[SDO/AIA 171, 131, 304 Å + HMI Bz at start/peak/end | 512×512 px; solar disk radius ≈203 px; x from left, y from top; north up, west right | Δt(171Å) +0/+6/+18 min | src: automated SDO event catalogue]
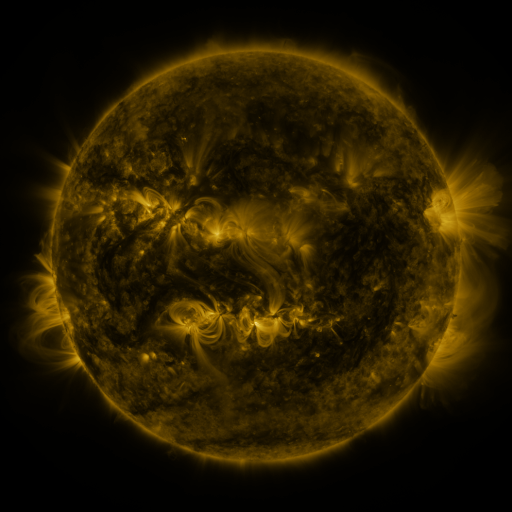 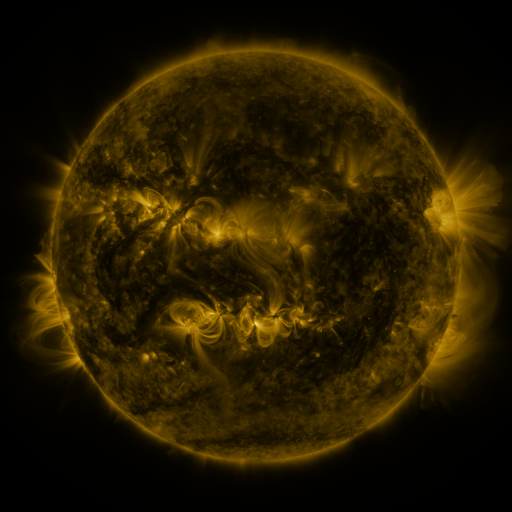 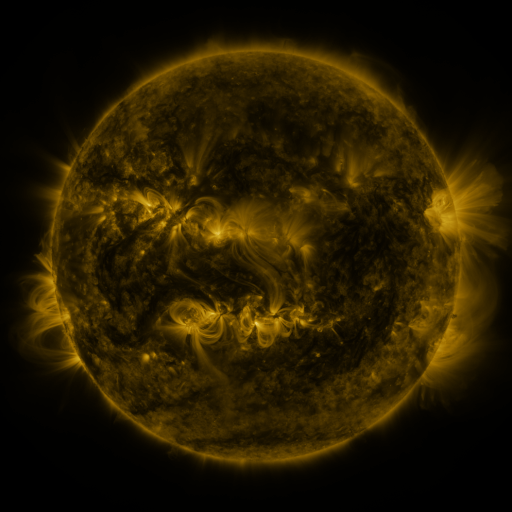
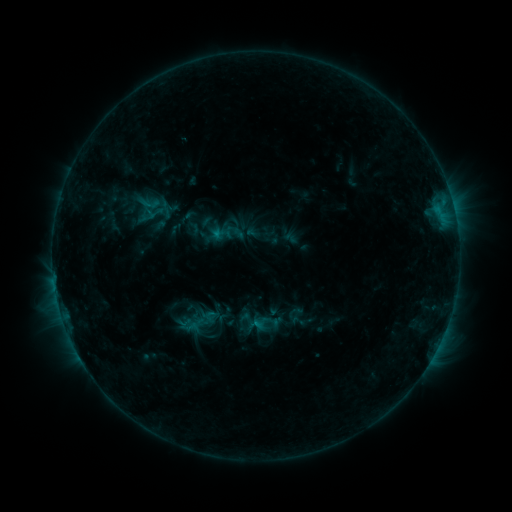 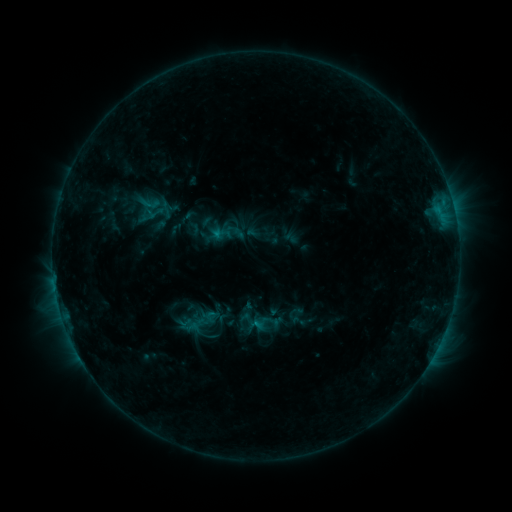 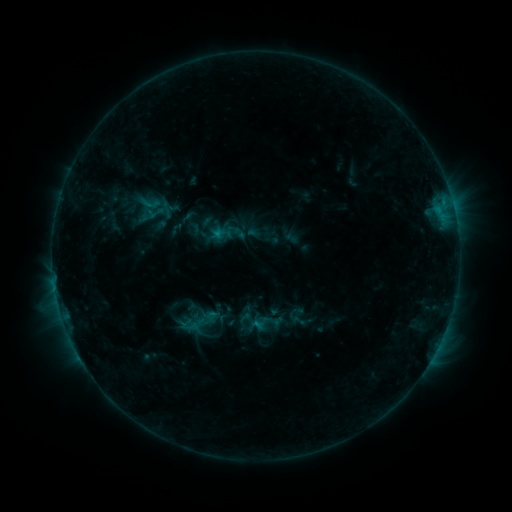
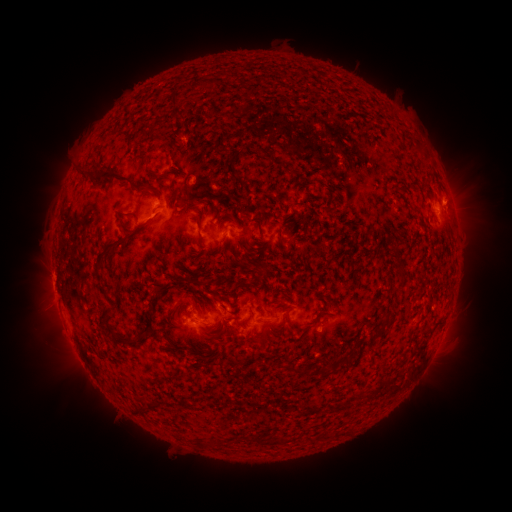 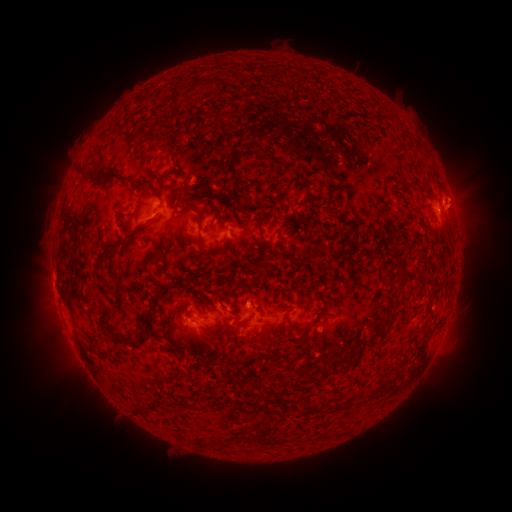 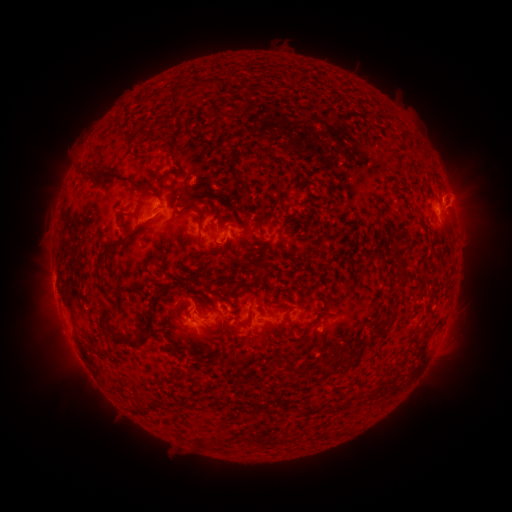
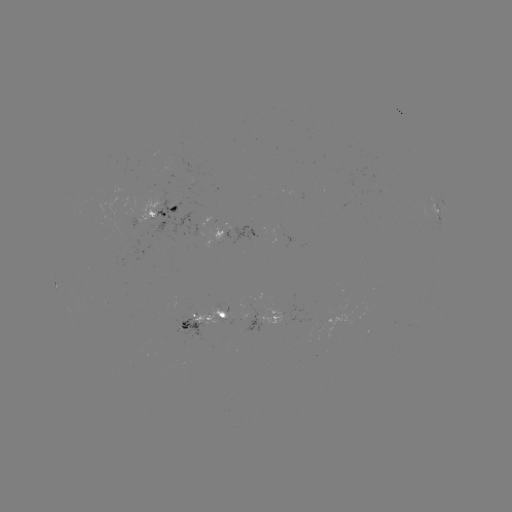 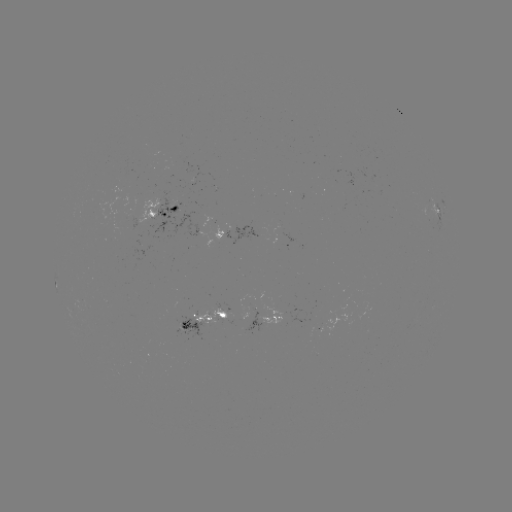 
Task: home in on eruption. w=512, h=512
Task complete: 462,198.